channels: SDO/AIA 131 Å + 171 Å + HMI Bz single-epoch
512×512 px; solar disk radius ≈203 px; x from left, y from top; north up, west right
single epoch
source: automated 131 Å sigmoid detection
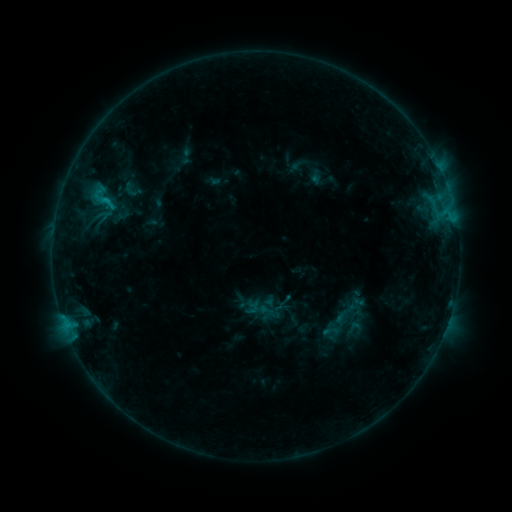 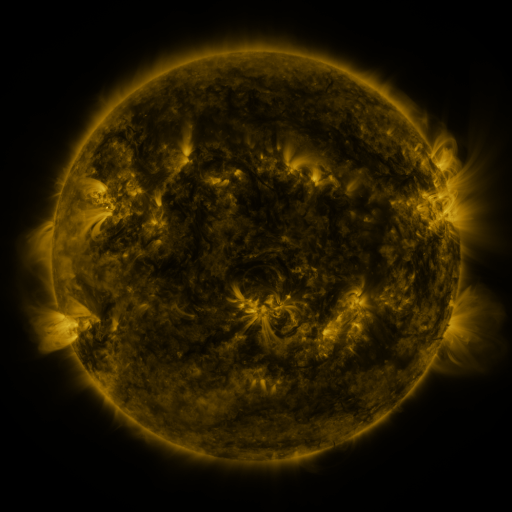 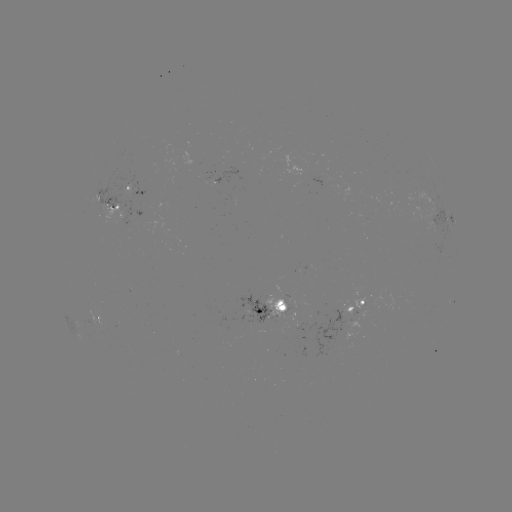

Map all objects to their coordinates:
sigmoid: <bbox>122, 180, 140, 198</bbox>
sigmoid: <bbox>88, 182, 120, 214</bbox>
sigmoid: <bbox>345, 318, 362, 336</bbox>
